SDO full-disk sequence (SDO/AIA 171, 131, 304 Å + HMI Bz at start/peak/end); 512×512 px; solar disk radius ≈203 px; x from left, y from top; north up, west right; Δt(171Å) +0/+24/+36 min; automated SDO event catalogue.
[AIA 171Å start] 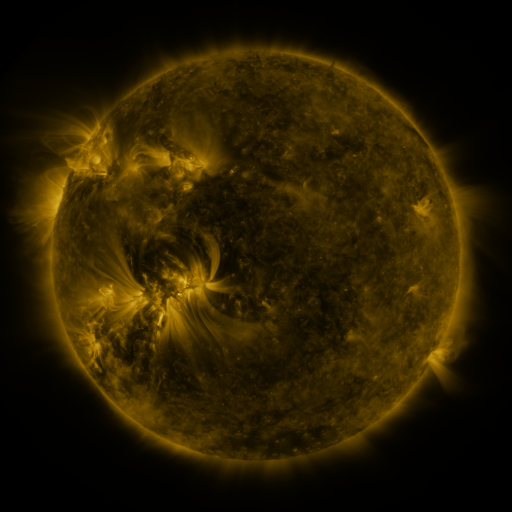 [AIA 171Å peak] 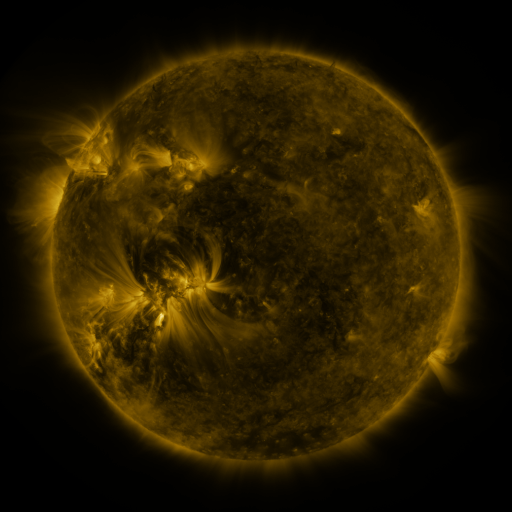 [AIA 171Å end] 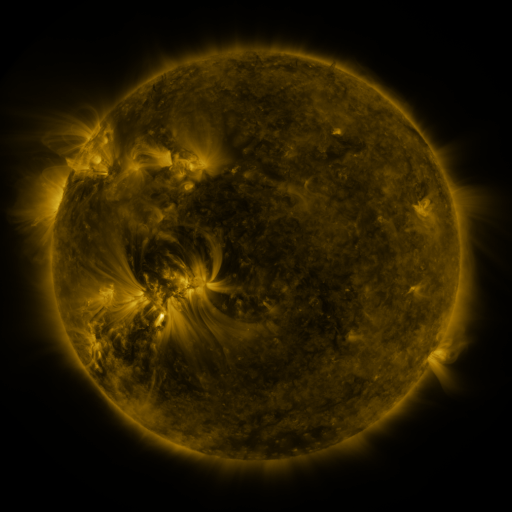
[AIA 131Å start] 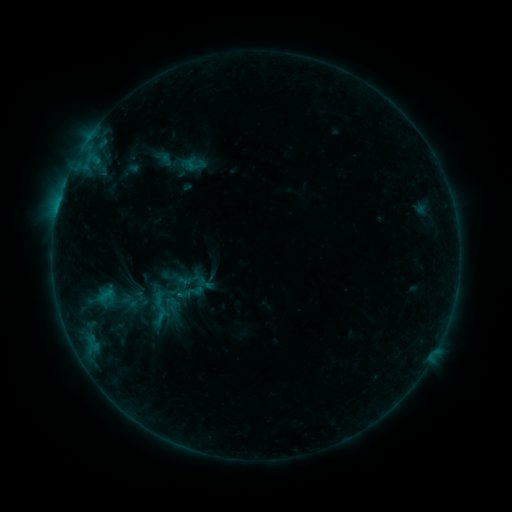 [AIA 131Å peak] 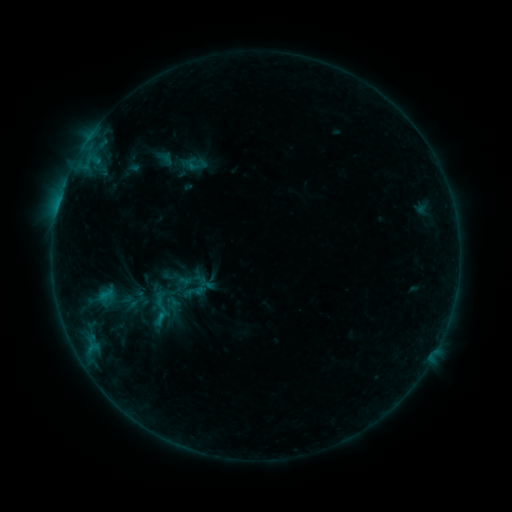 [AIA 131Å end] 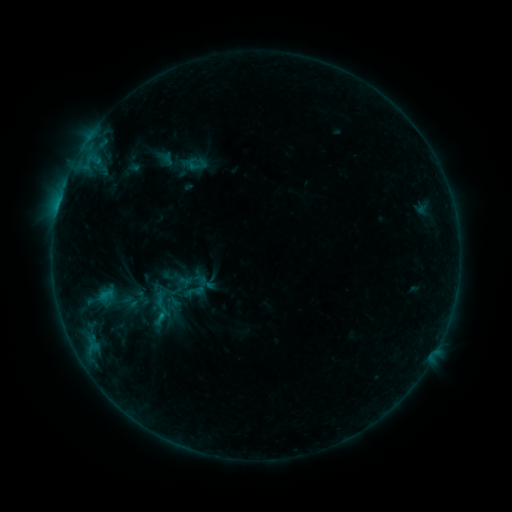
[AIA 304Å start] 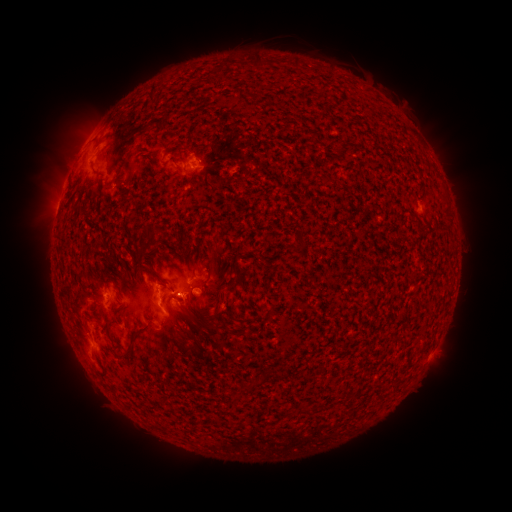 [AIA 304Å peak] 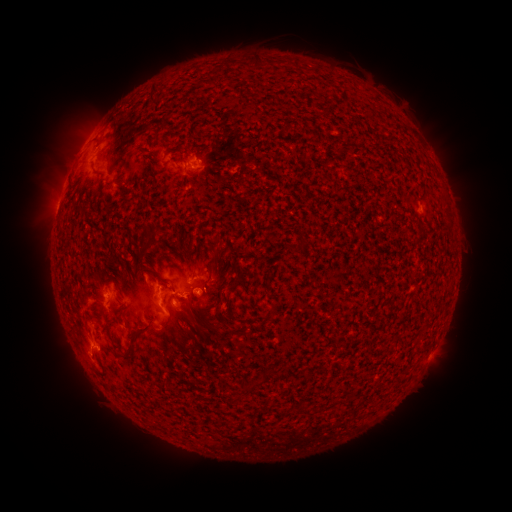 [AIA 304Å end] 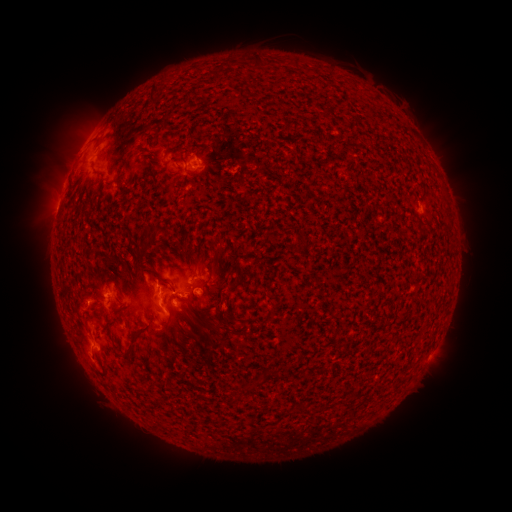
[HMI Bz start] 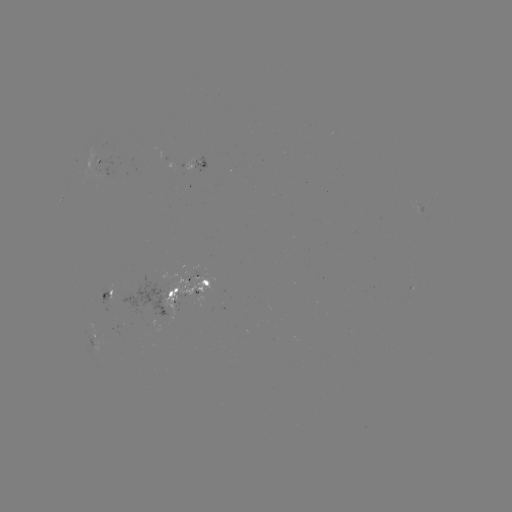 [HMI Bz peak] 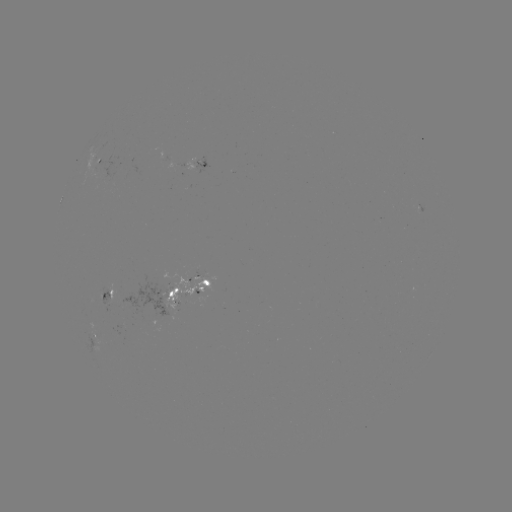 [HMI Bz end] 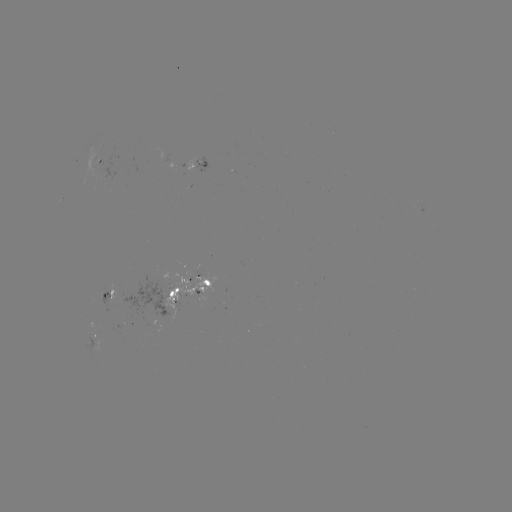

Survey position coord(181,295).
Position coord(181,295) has emerging-flux region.